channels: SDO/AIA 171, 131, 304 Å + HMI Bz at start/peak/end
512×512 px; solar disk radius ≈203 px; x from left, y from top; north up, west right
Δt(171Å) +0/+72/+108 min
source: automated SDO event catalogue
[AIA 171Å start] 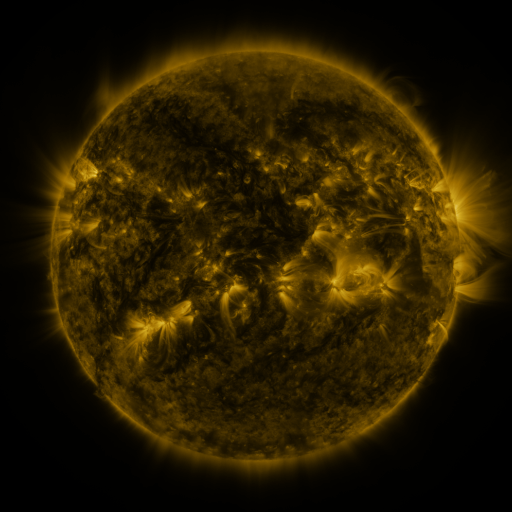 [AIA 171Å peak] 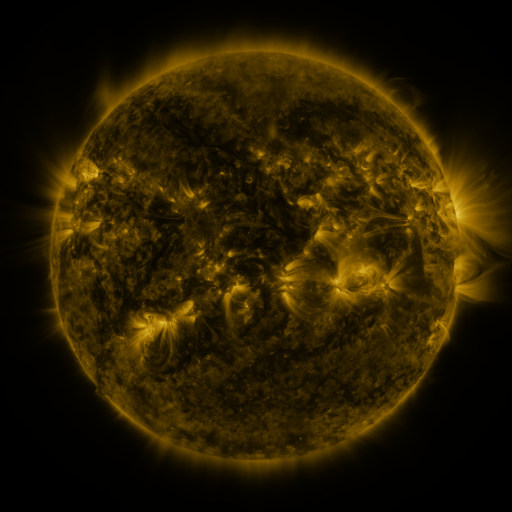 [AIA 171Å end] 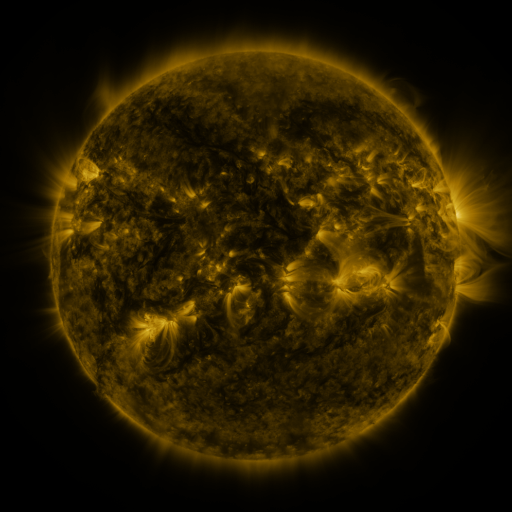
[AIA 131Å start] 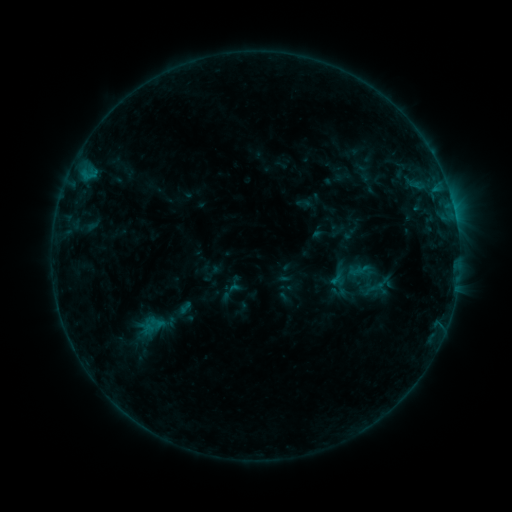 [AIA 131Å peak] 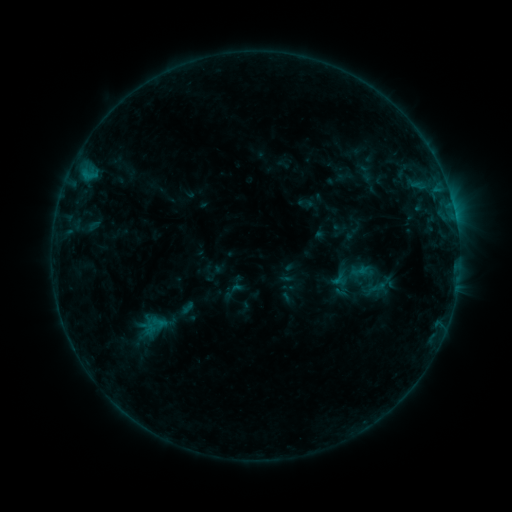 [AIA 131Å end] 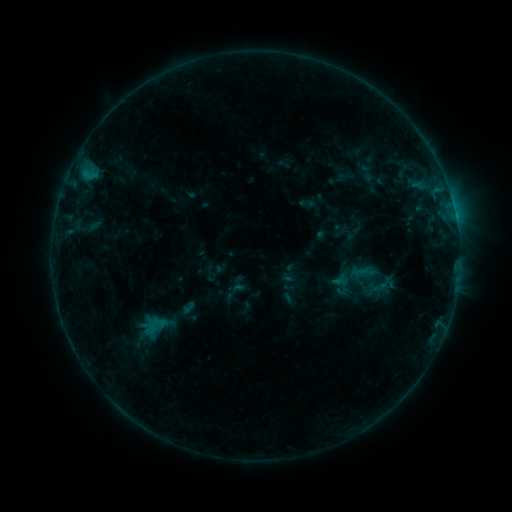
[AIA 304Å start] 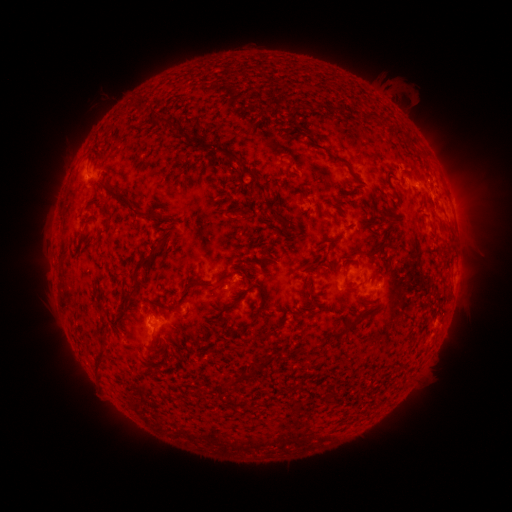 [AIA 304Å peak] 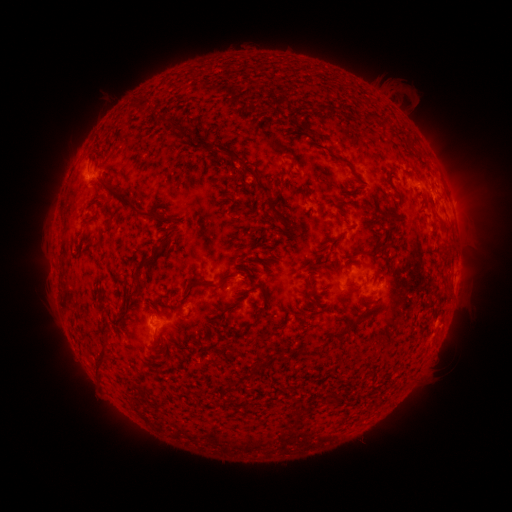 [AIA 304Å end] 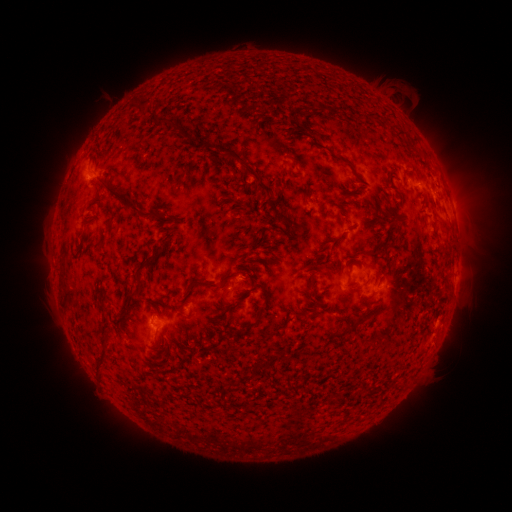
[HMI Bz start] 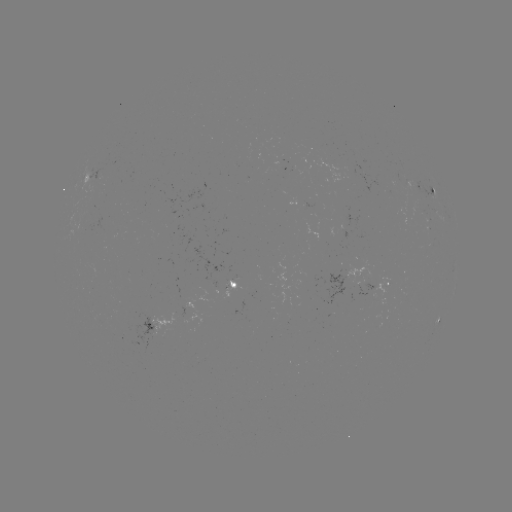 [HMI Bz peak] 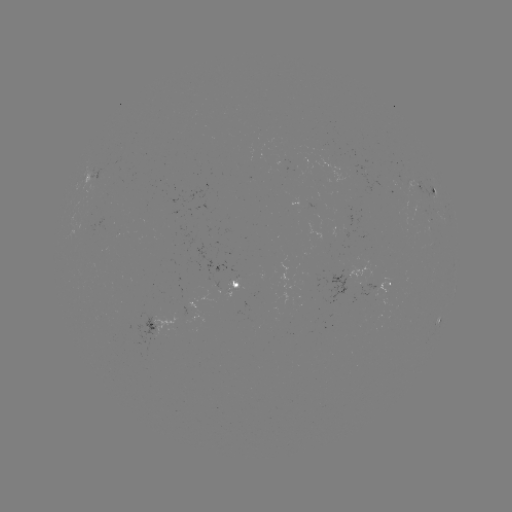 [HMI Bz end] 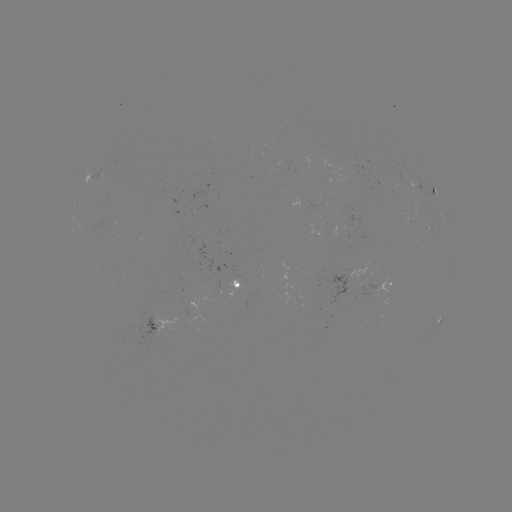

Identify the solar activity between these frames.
emerging-flux region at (363, 293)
